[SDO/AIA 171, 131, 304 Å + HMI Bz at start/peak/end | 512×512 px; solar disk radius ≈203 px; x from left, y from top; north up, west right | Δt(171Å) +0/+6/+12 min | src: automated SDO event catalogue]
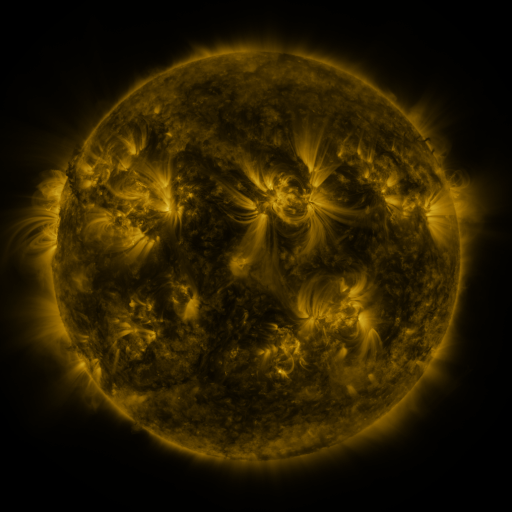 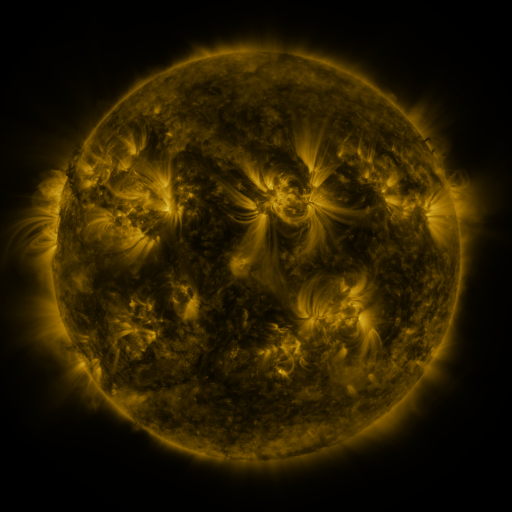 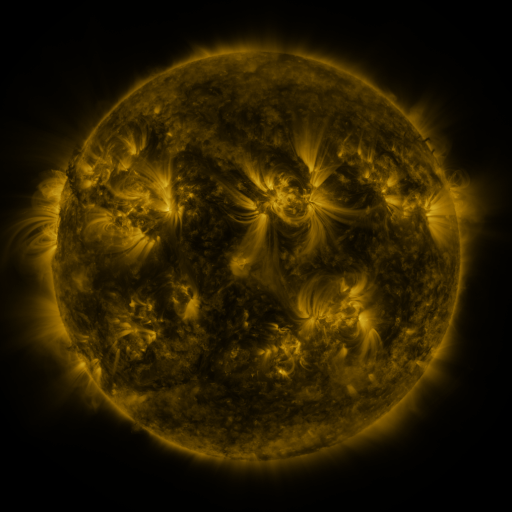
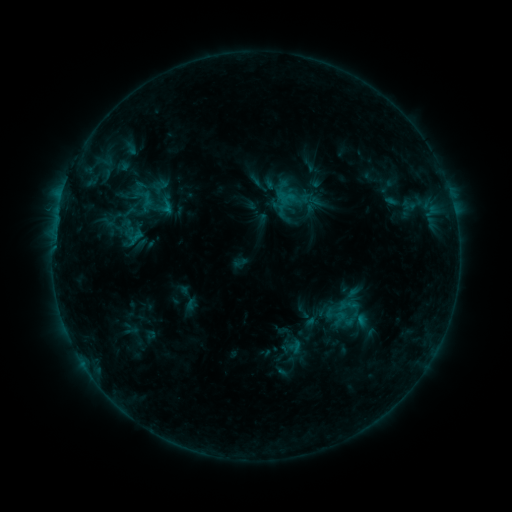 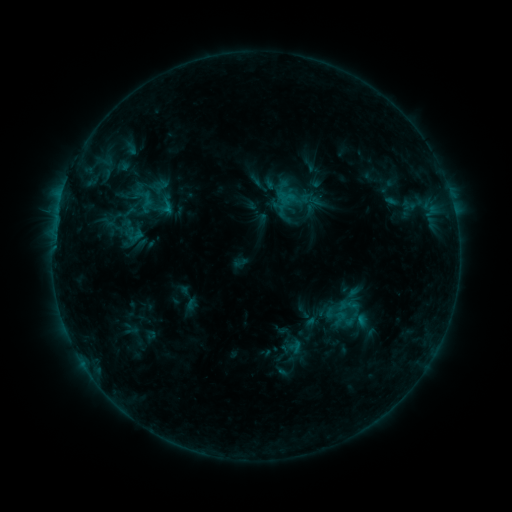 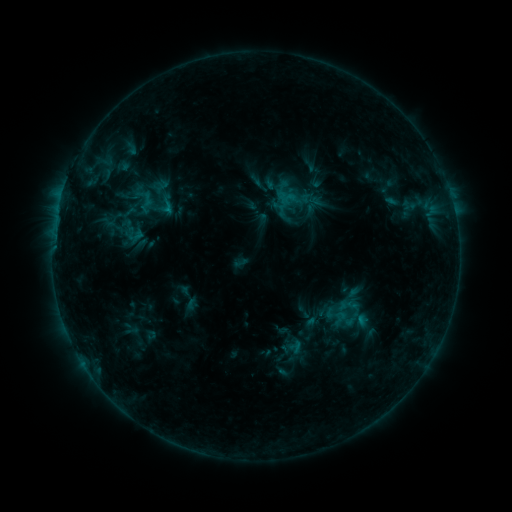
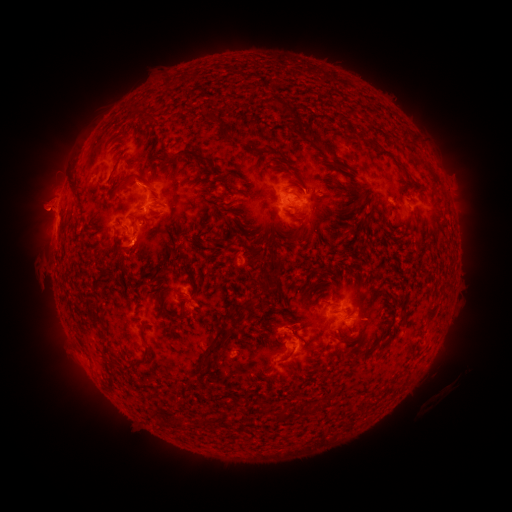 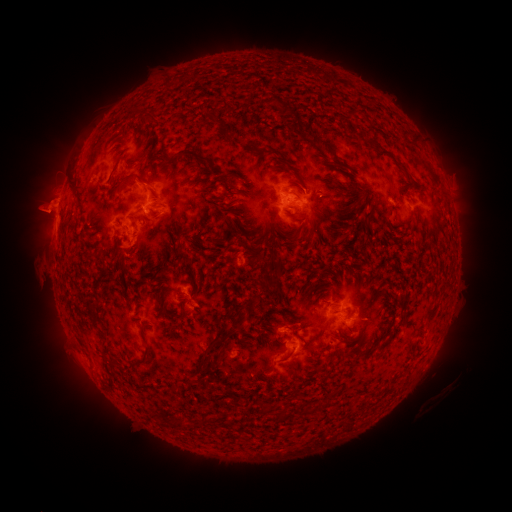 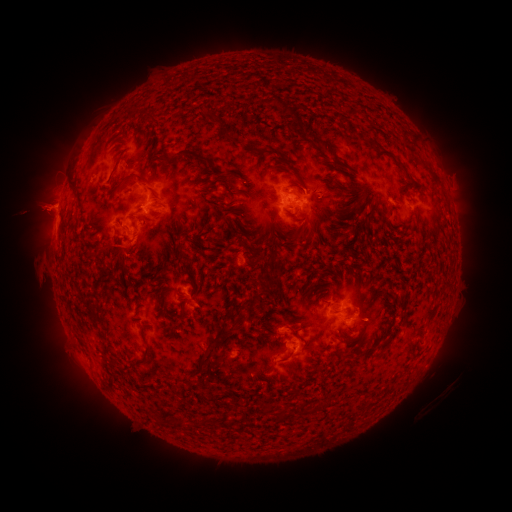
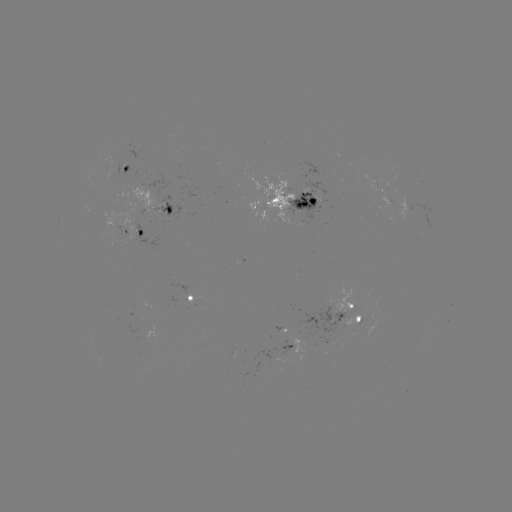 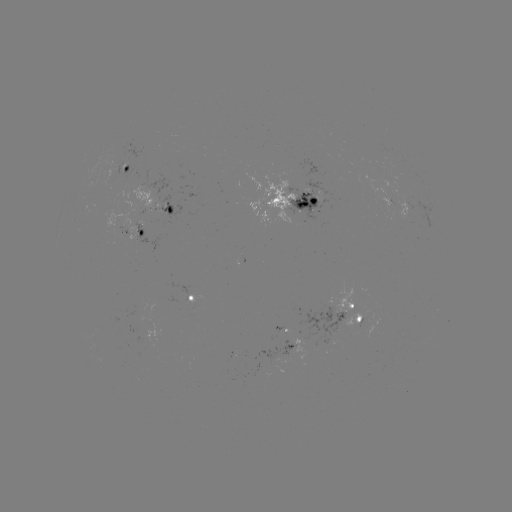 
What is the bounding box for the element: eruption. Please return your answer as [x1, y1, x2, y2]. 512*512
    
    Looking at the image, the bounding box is [9, 181, 73, 238].